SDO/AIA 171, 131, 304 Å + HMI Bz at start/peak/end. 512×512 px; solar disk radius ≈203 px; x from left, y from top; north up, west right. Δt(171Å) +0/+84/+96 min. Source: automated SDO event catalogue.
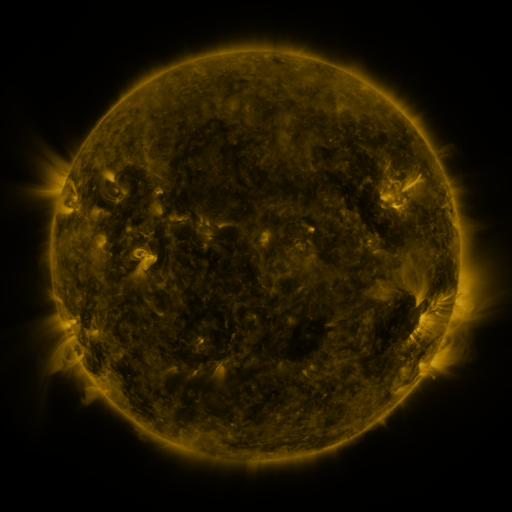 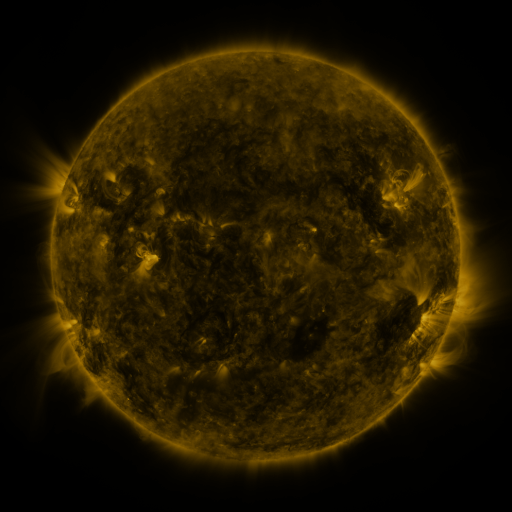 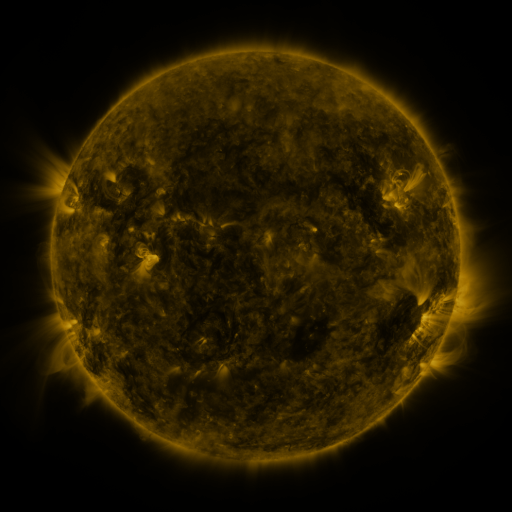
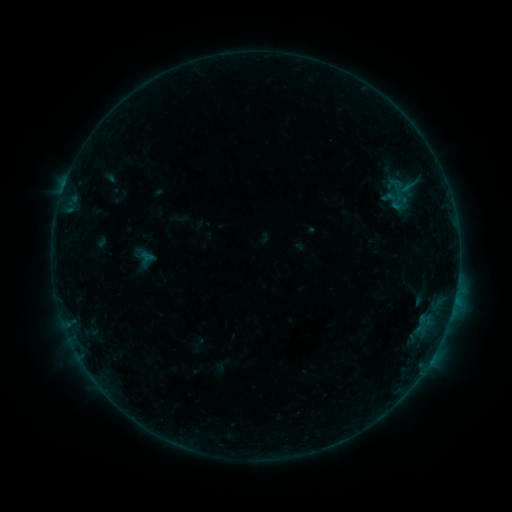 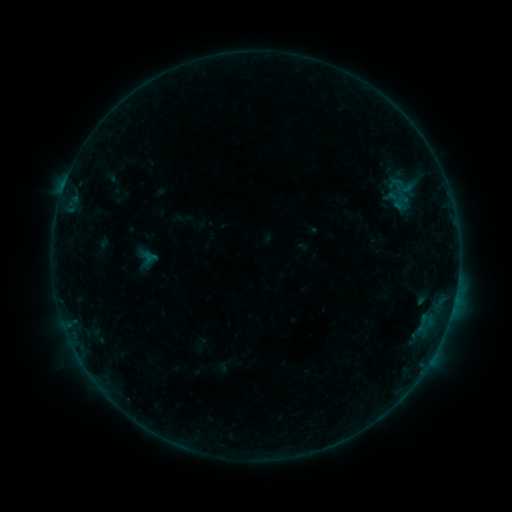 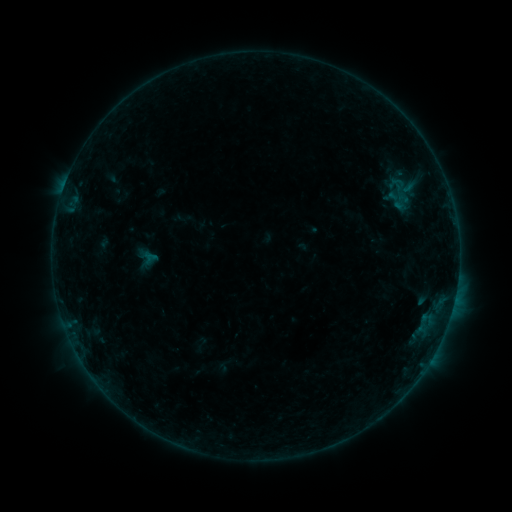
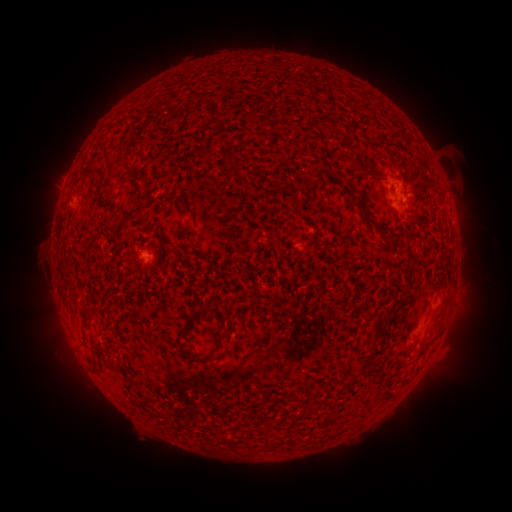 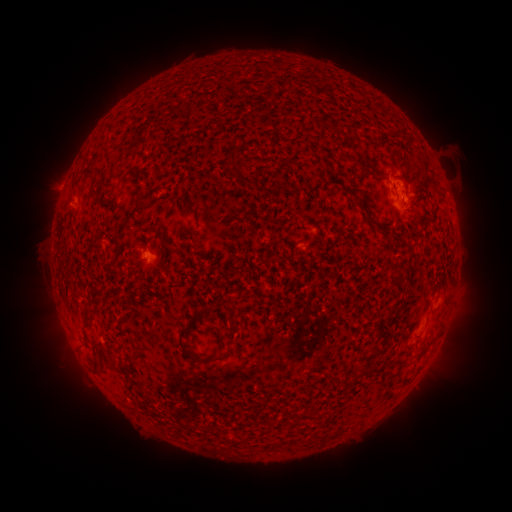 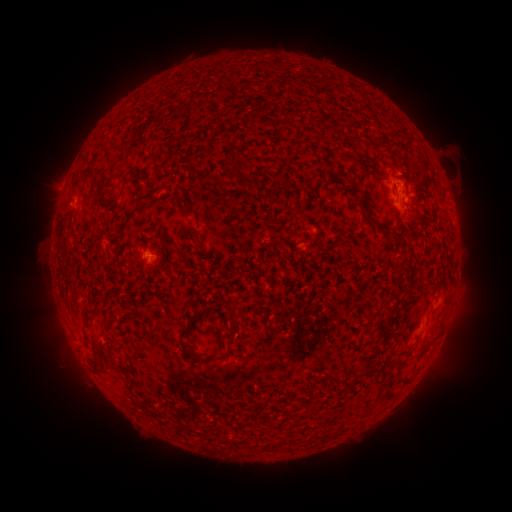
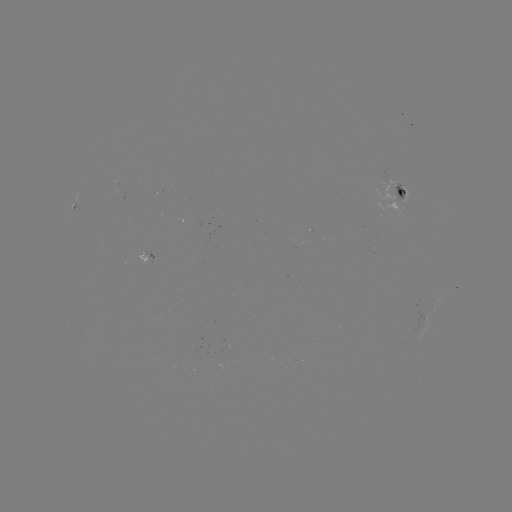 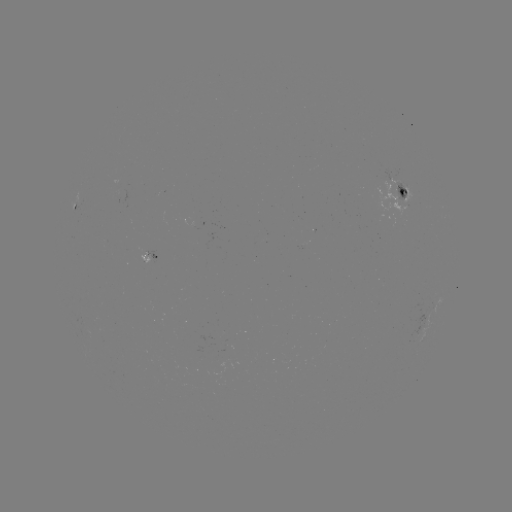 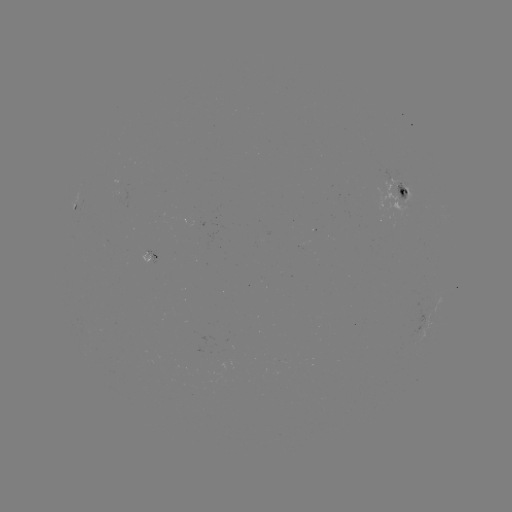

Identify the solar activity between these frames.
emerging-flux region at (398, 188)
